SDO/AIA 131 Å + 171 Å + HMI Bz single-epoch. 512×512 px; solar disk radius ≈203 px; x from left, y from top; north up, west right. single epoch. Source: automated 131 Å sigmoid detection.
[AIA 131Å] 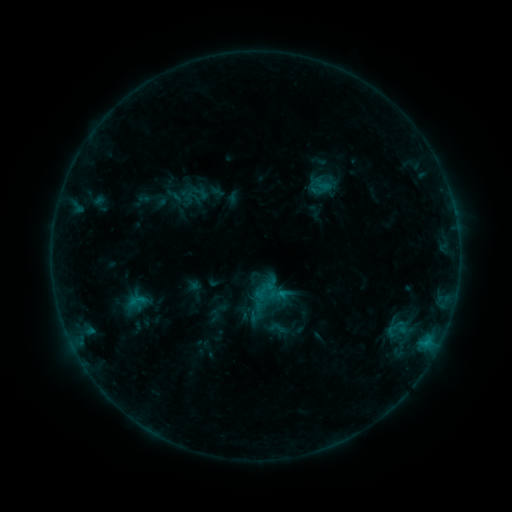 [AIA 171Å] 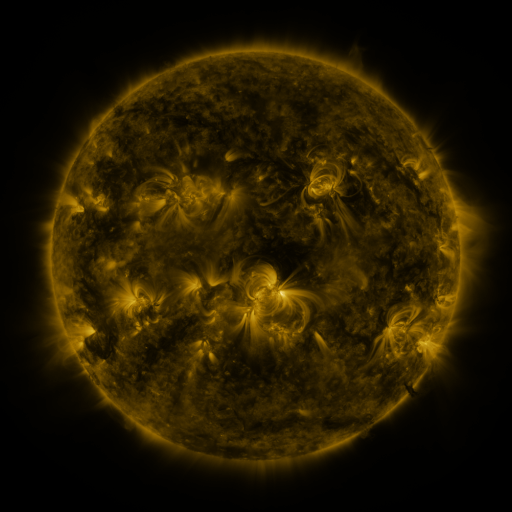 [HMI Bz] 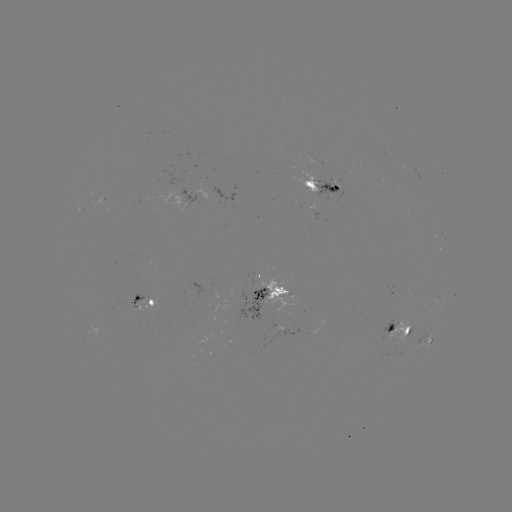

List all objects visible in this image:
sigmoid: <bbox>123, 290, 151, 311</bbox>
sigmoid: <bbox>267, 318, 288, 339</bbox>
